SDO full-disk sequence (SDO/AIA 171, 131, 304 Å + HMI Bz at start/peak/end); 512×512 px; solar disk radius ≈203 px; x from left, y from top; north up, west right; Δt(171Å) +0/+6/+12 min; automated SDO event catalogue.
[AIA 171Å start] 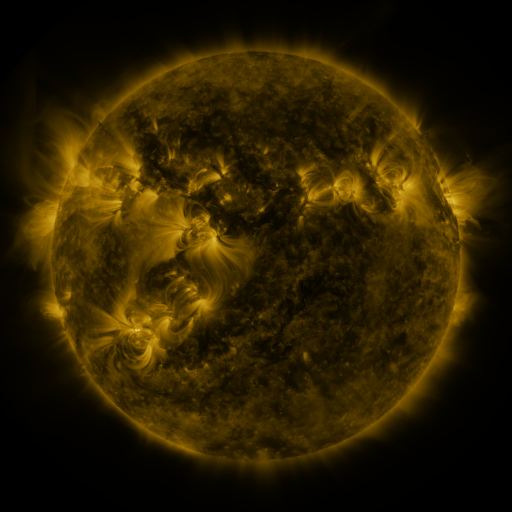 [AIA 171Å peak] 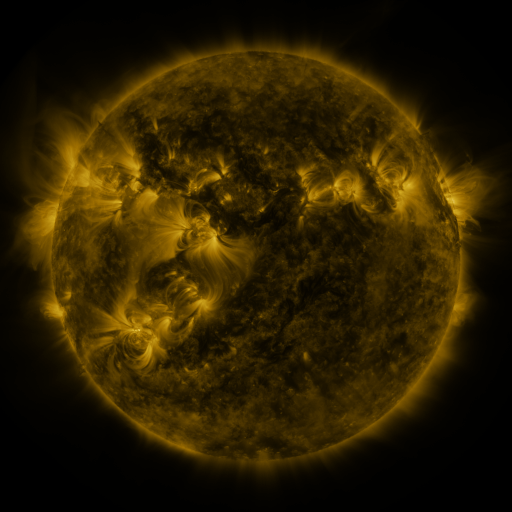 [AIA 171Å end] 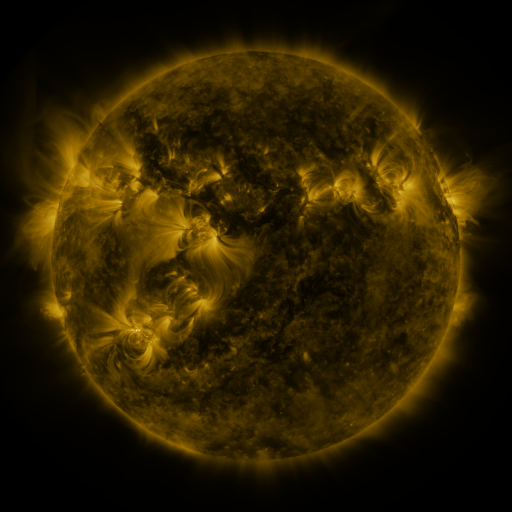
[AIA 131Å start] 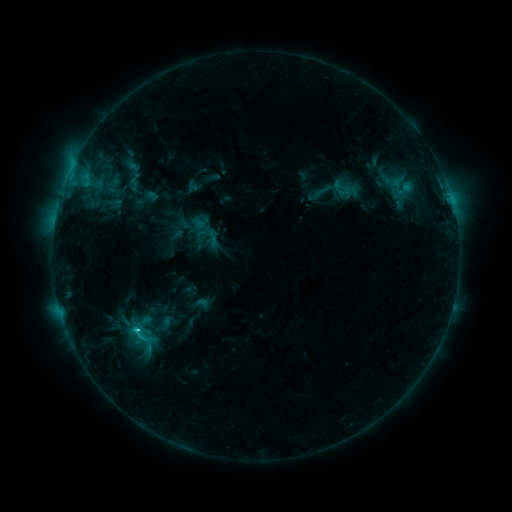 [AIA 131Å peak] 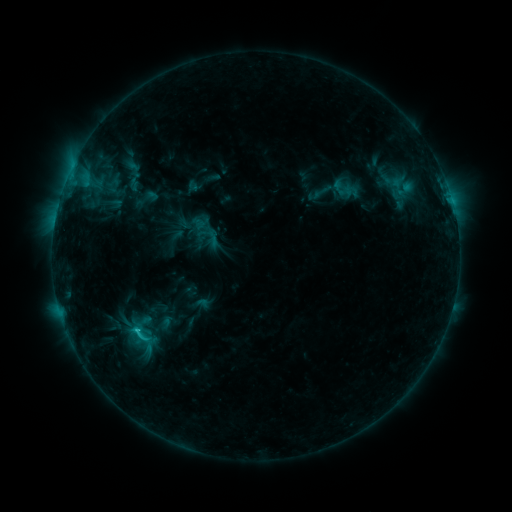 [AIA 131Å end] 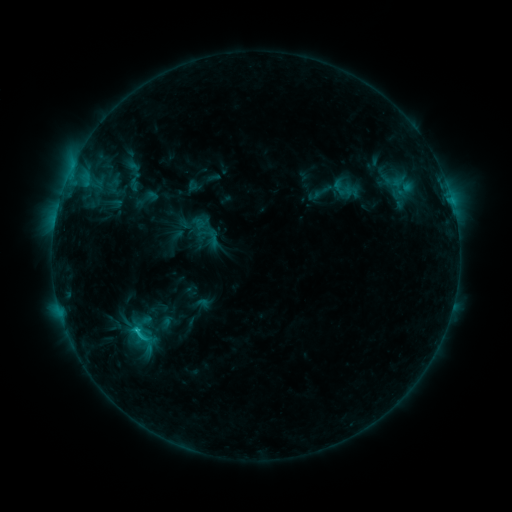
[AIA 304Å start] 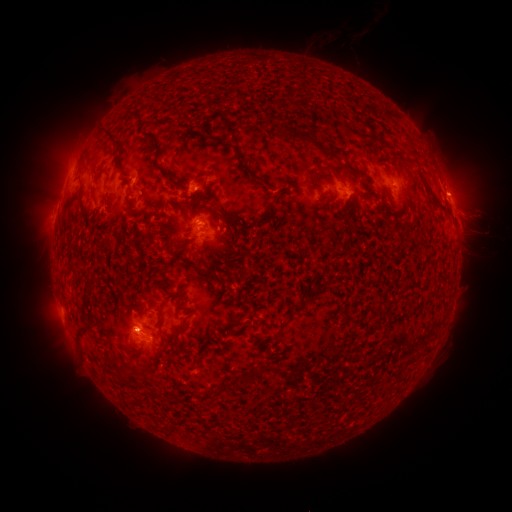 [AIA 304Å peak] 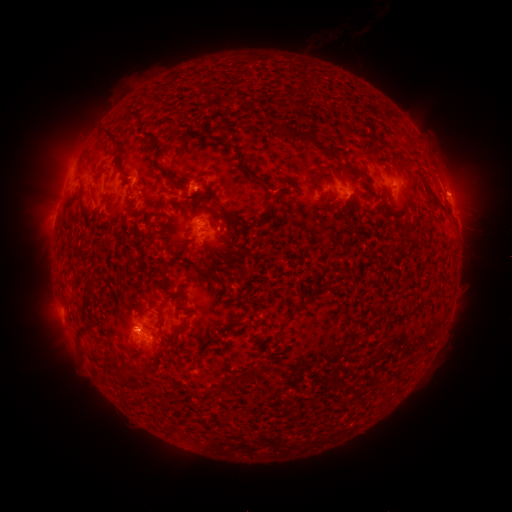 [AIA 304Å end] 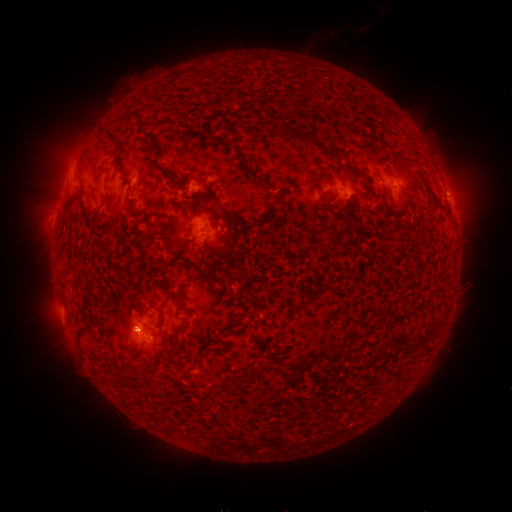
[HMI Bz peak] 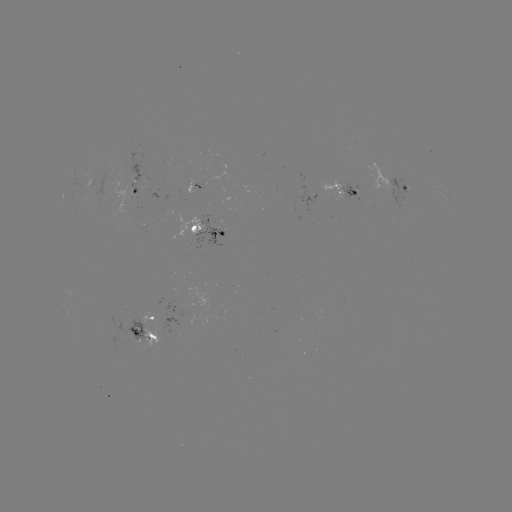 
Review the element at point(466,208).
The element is eruption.